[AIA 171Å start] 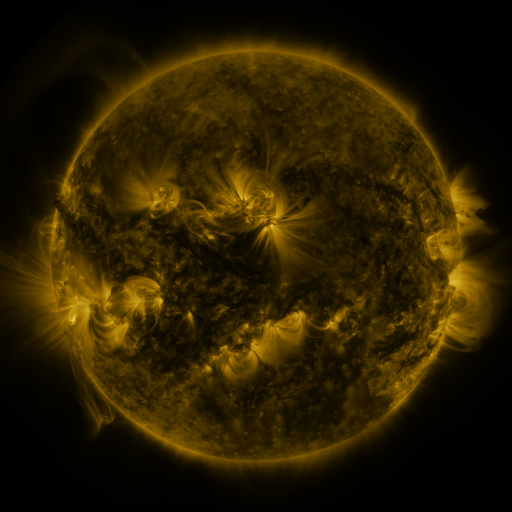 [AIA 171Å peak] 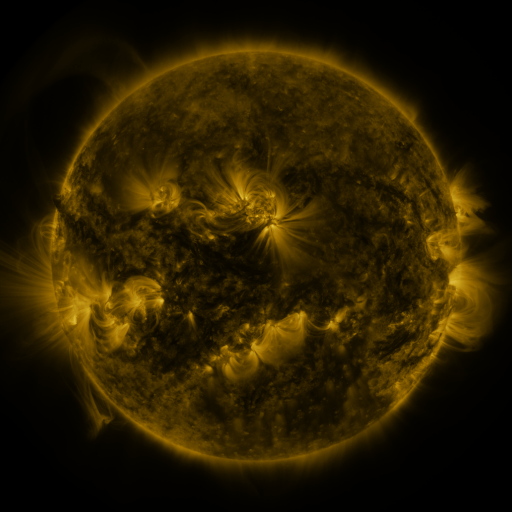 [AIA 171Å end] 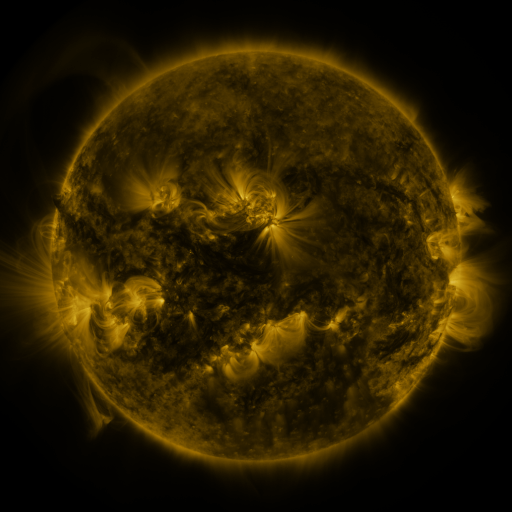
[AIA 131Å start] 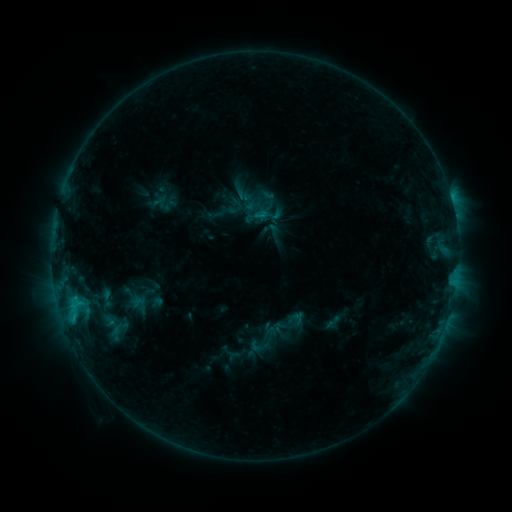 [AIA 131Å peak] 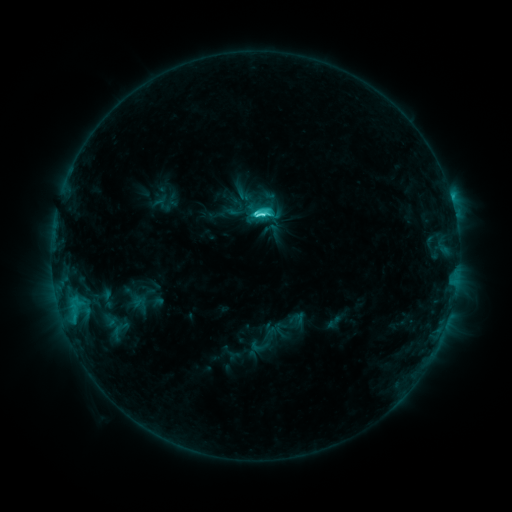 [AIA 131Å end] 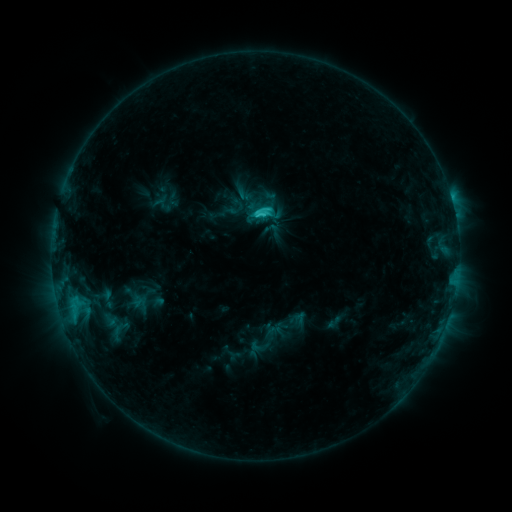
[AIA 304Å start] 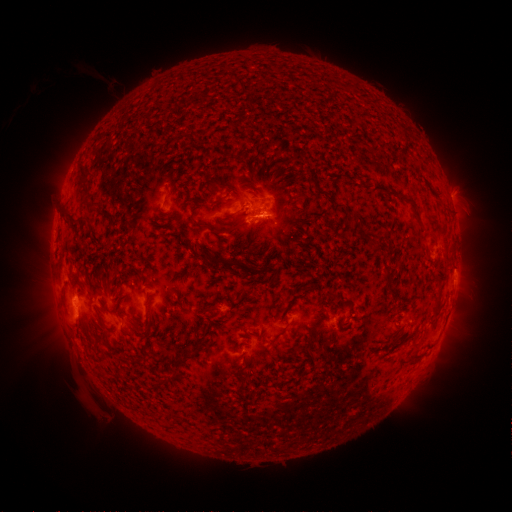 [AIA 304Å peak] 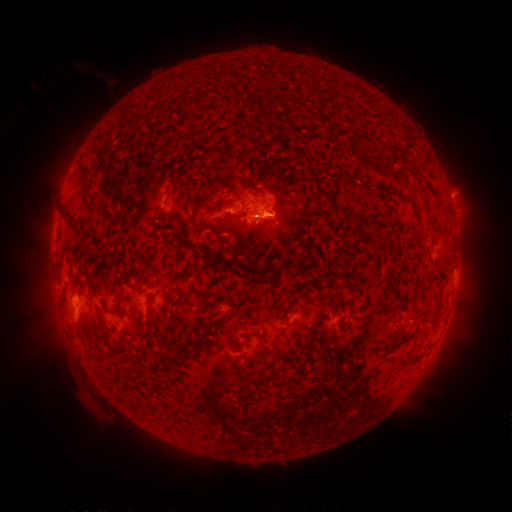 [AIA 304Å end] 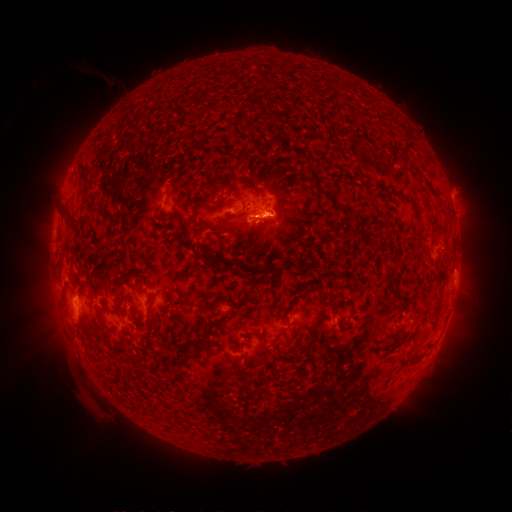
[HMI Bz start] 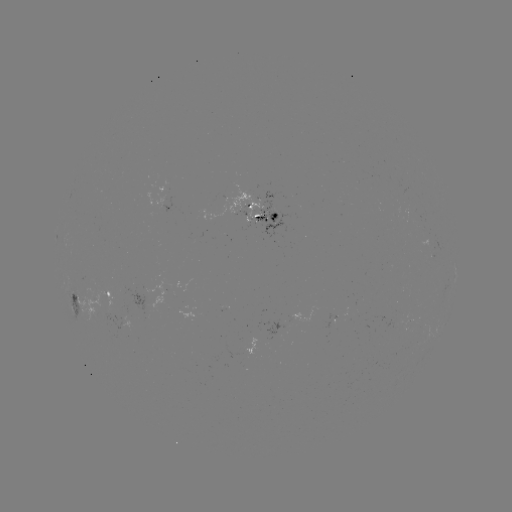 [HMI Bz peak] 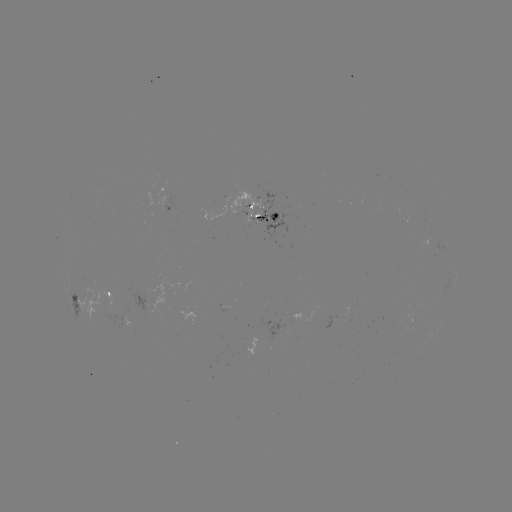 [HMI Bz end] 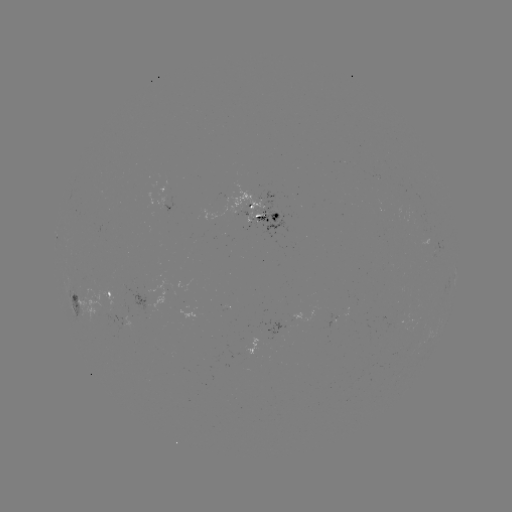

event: flare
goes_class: C5.0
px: (262, 214)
